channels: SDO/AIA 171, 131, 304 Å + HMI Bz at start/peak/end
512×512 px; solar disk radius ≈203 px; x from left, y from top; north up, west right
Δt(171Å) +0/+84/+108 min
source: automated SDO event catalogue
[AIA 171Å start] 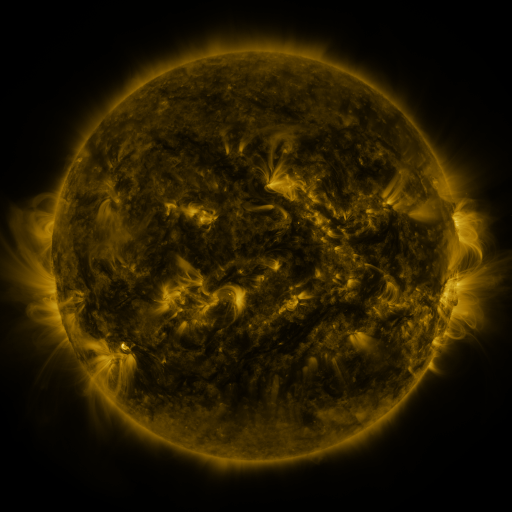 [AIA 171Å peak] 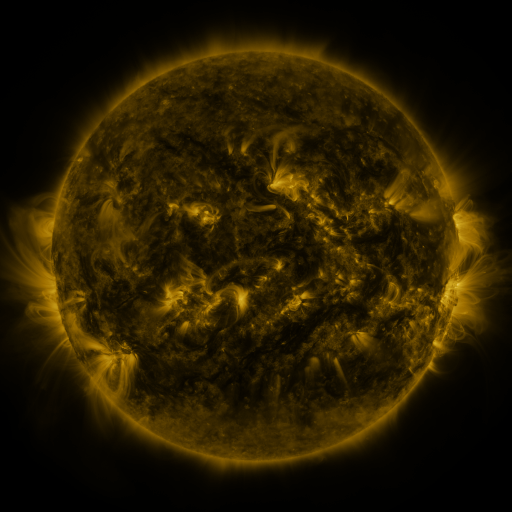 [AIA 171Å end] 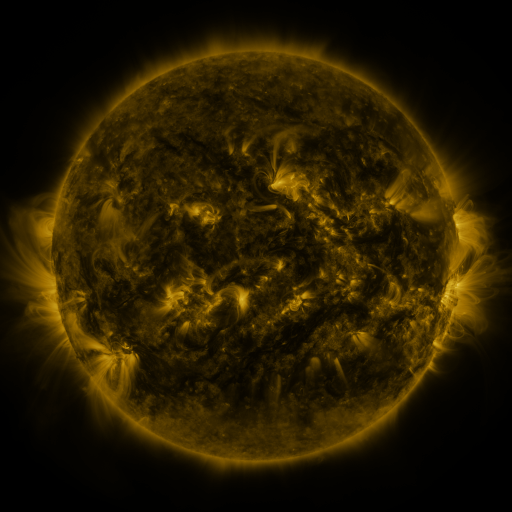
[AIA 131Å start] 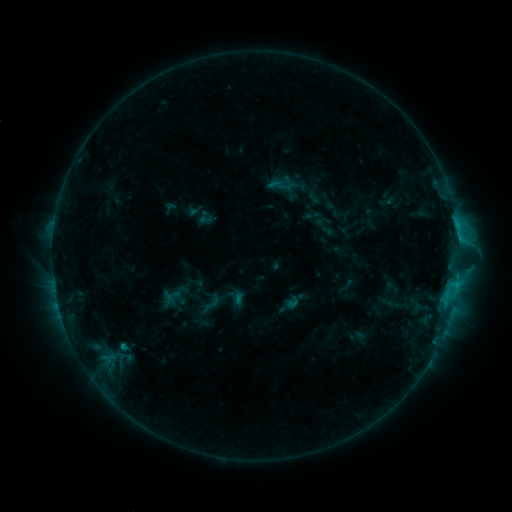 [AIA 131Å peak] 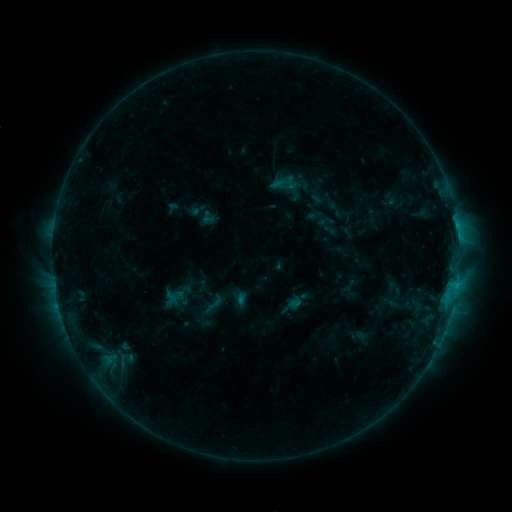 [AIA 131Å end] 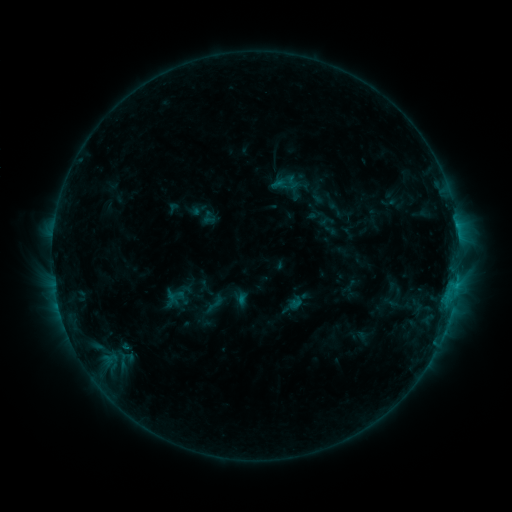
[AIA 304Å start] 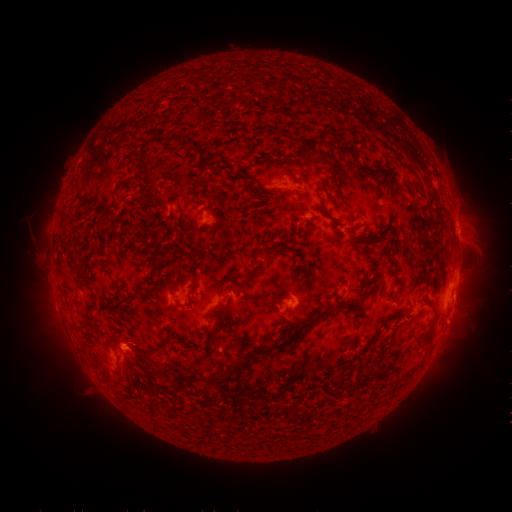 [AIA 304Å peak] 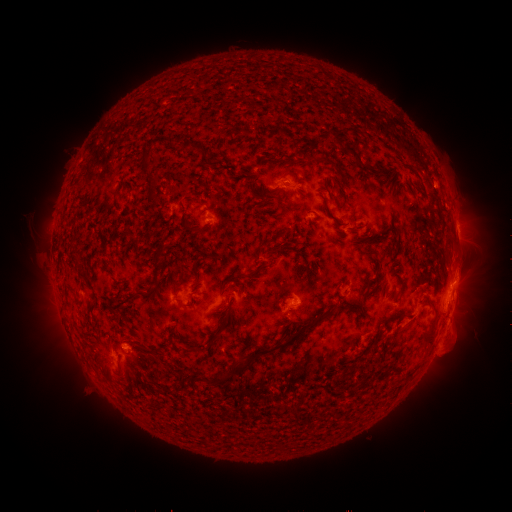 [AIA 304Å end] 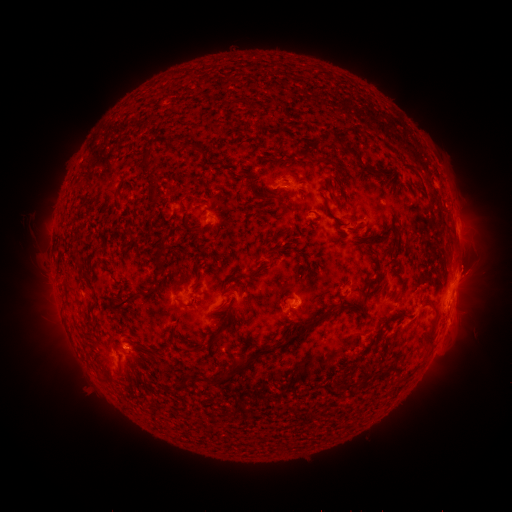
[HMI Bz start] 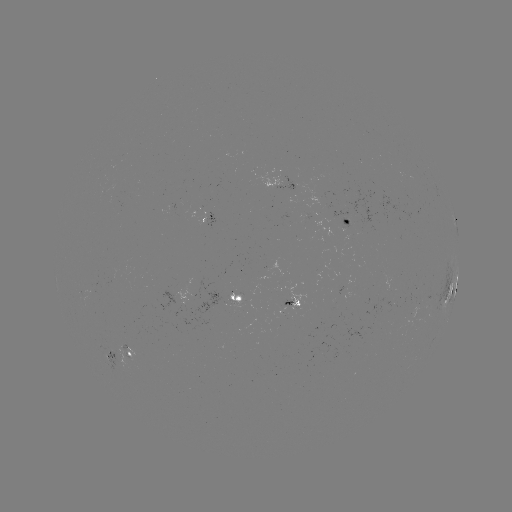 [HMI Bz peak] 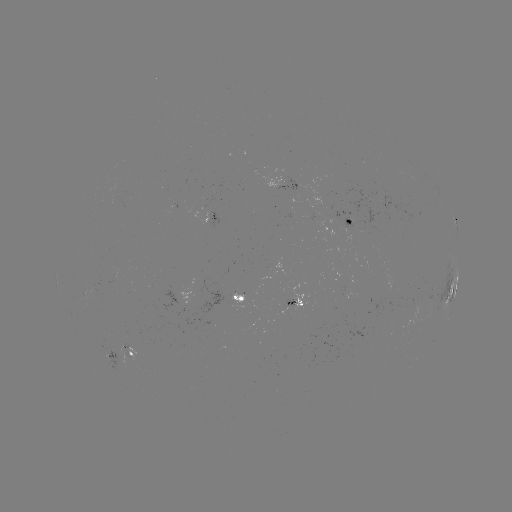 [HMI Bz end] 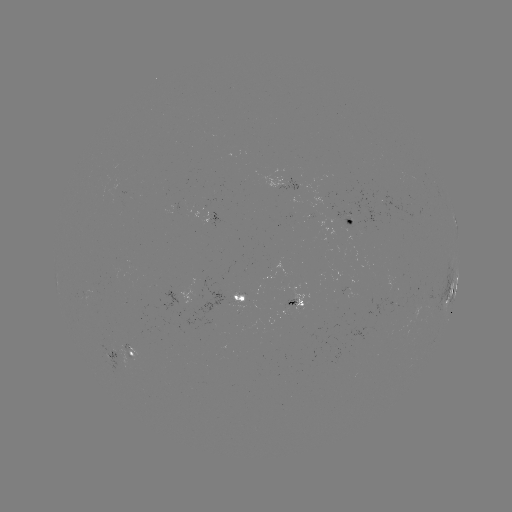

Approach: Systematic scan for emerging-flux region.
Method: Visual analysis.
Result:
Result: emerging-flux region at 192,296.